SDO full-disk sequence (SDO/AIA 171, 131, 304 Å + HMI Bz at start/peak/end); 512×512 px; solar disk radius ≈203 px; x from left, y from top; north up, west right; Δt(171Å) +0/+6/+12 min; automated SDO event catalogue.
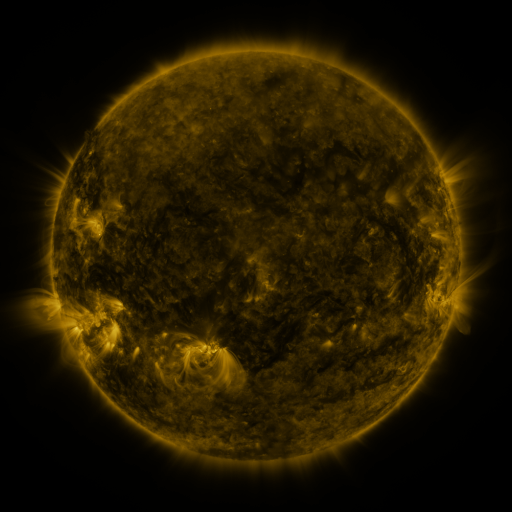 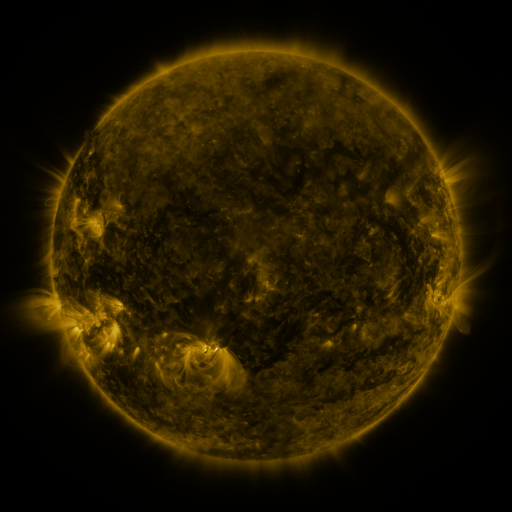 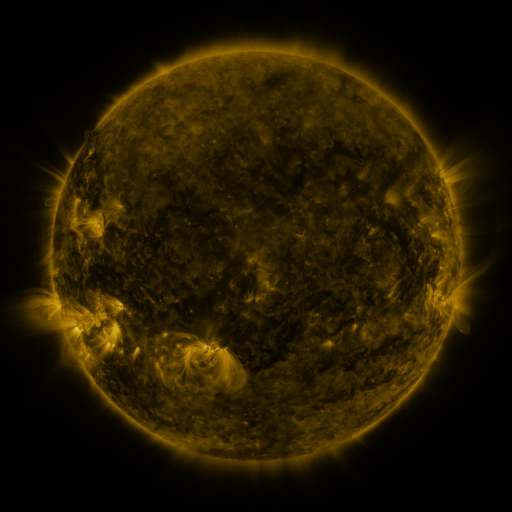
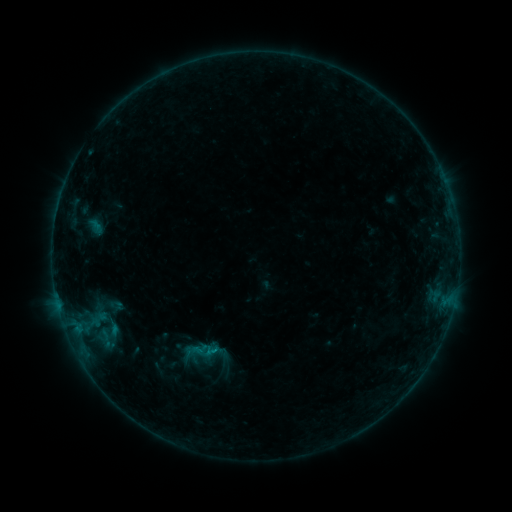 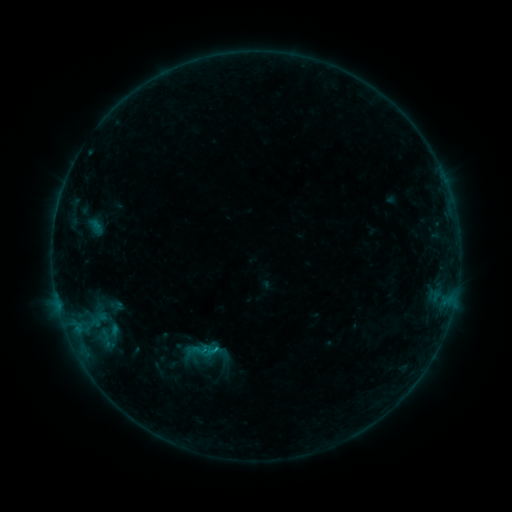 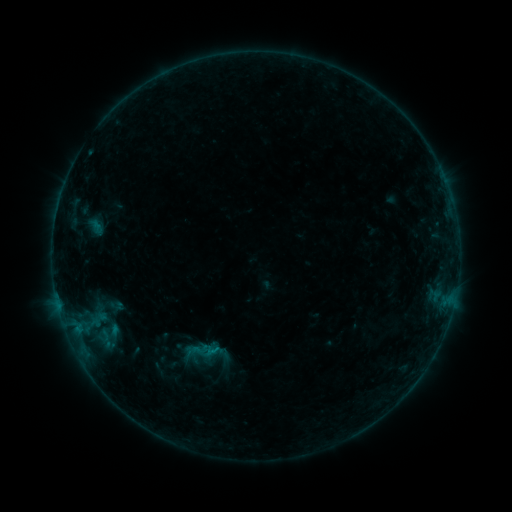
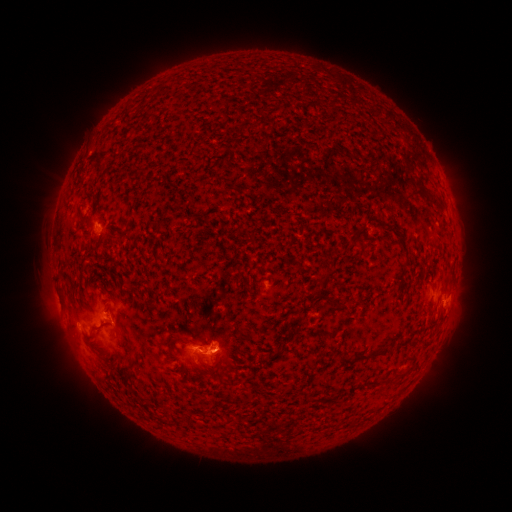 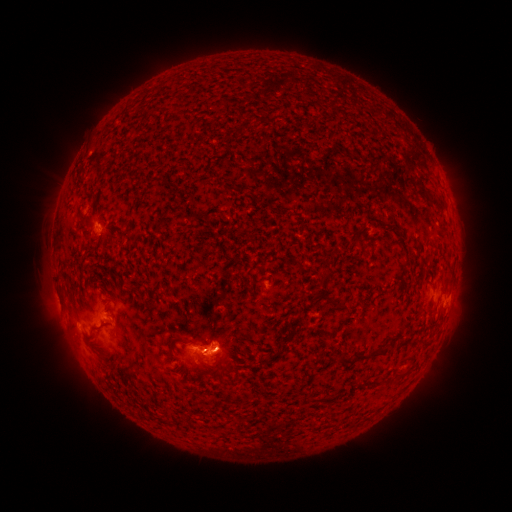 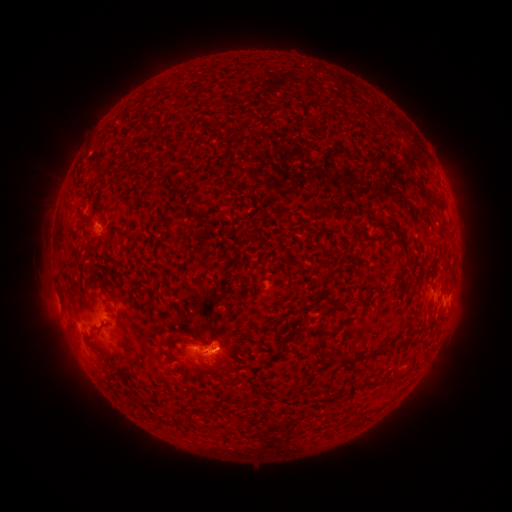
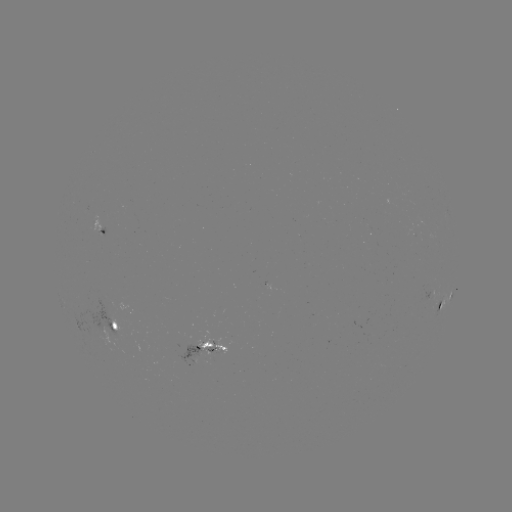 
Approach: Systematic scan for eruption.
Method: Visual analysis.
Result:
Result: eruption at (230, 347).